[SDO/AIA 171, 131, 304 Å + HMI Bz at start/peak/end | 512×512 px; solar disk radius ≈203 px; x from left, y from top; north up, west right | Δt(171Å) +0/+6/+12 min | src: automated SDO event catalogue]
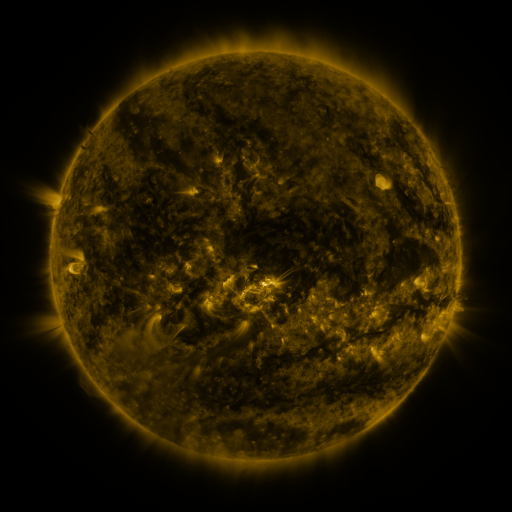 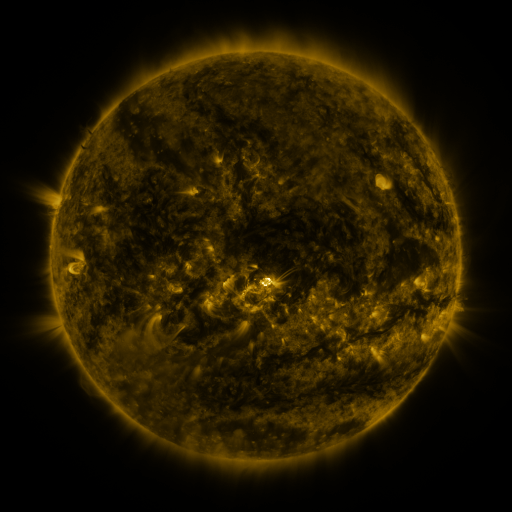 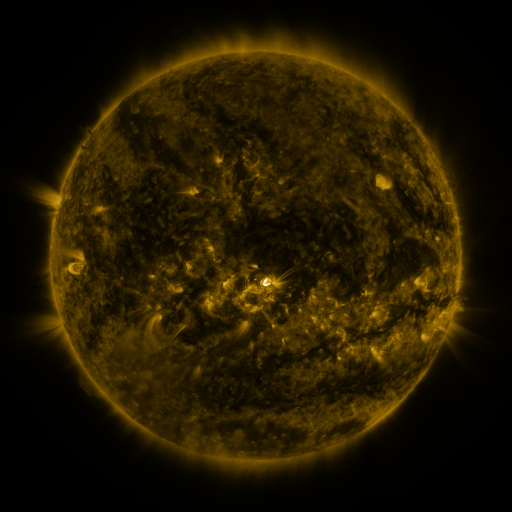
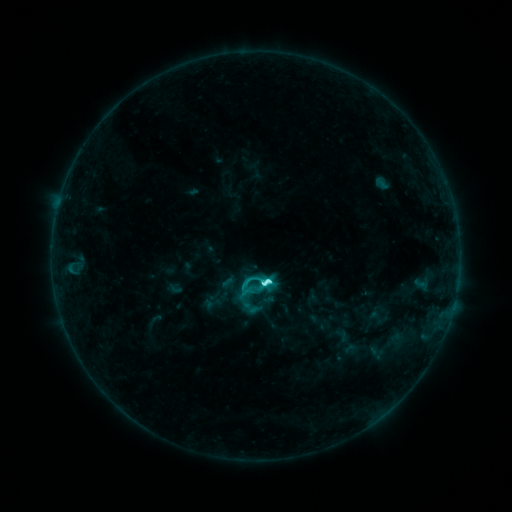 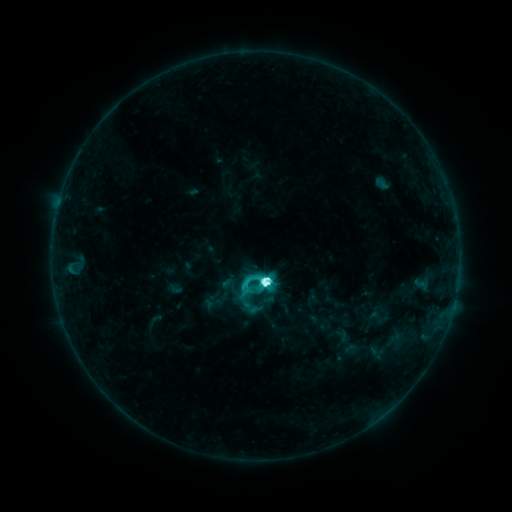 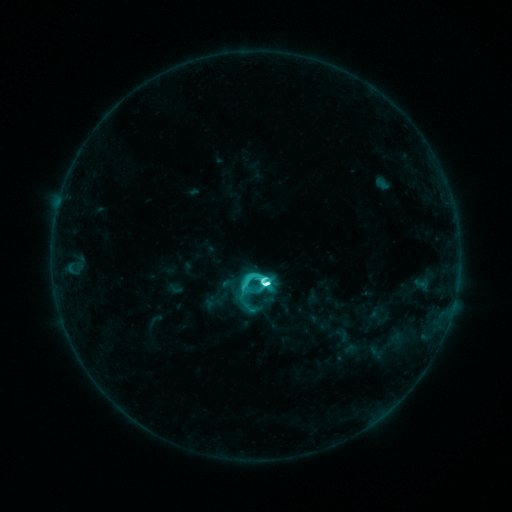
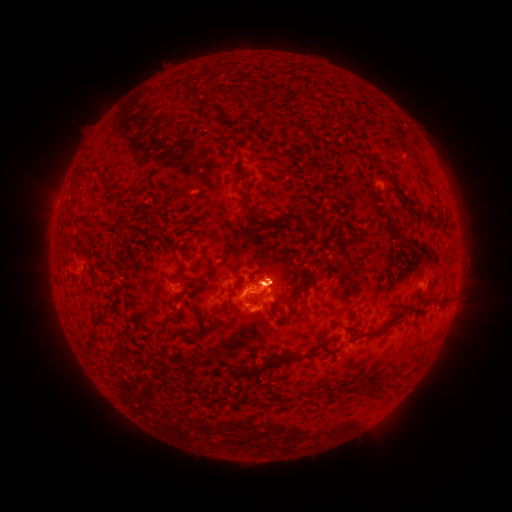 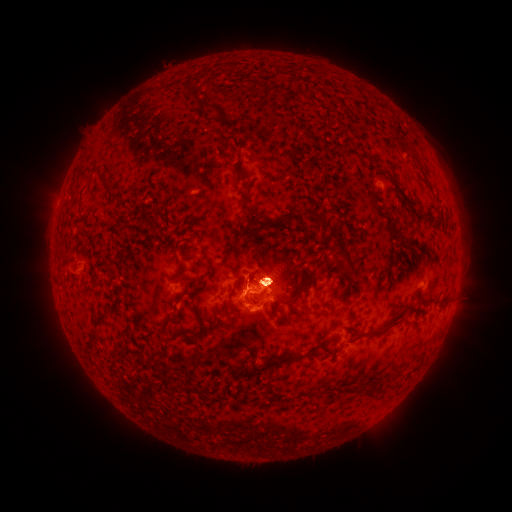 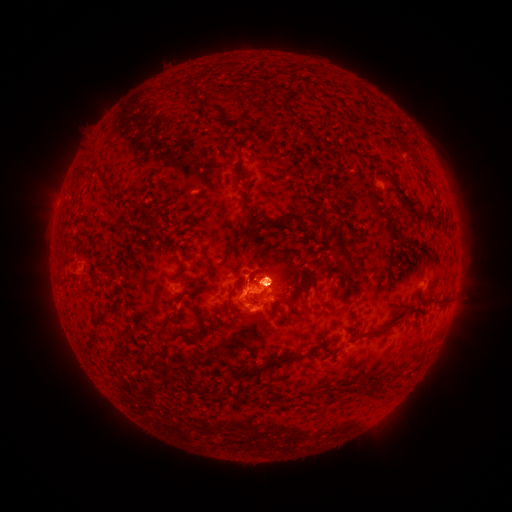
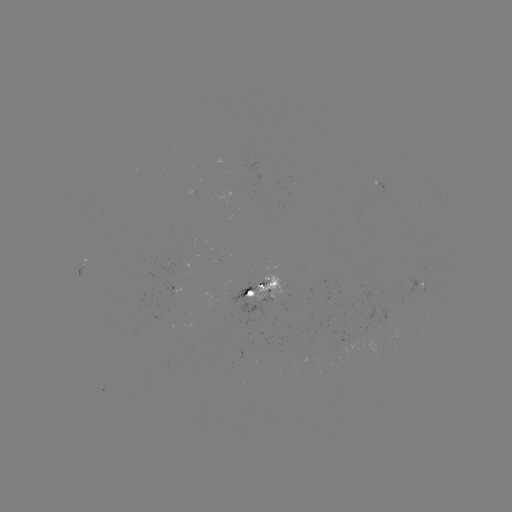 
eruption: (241, 240, 307, 314)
